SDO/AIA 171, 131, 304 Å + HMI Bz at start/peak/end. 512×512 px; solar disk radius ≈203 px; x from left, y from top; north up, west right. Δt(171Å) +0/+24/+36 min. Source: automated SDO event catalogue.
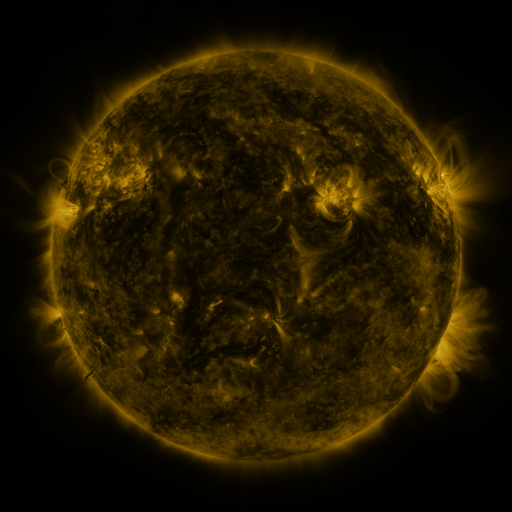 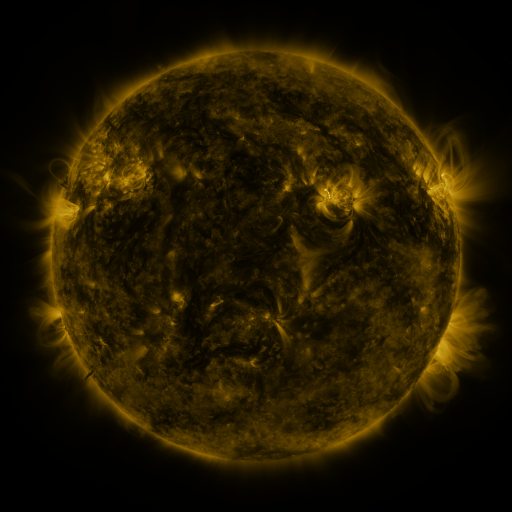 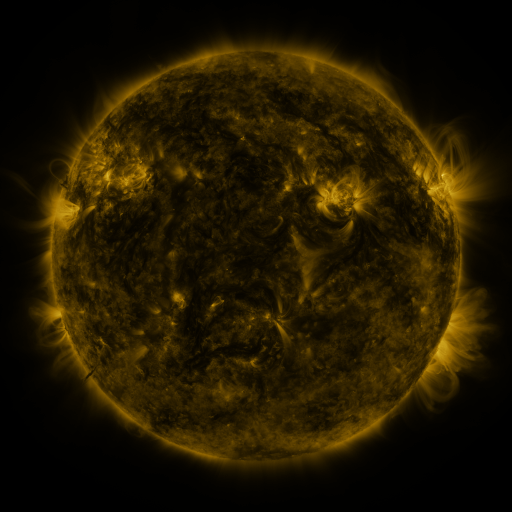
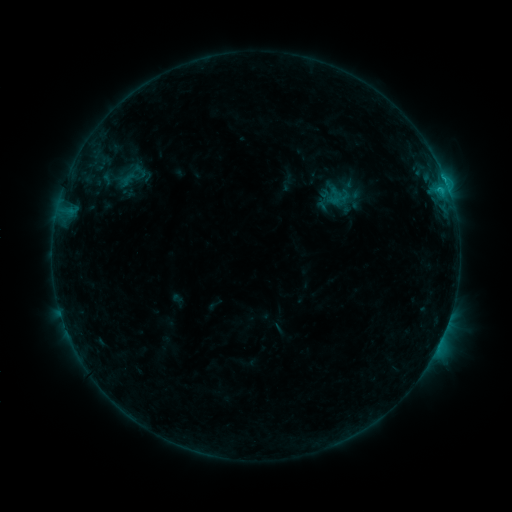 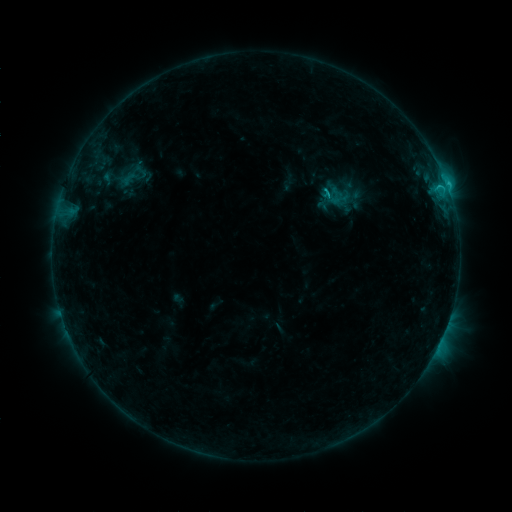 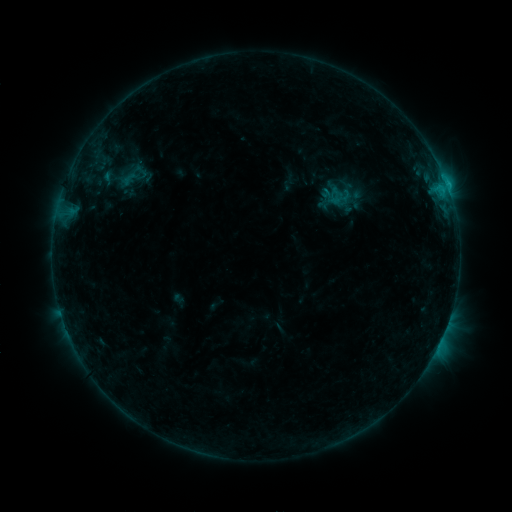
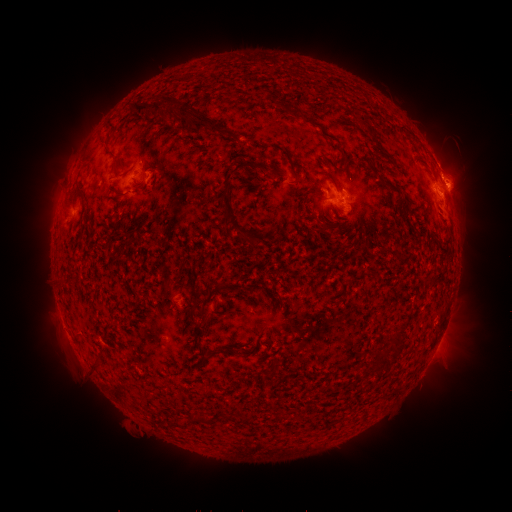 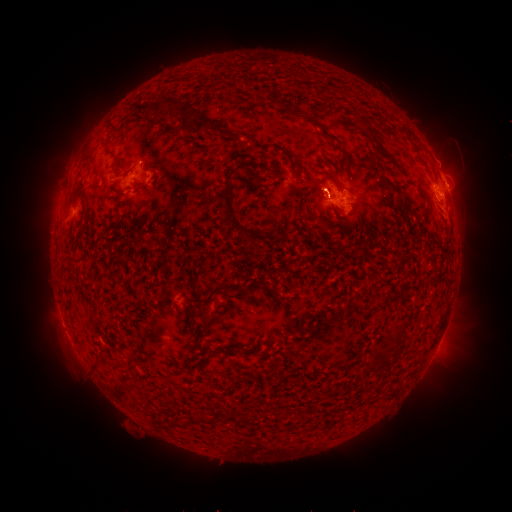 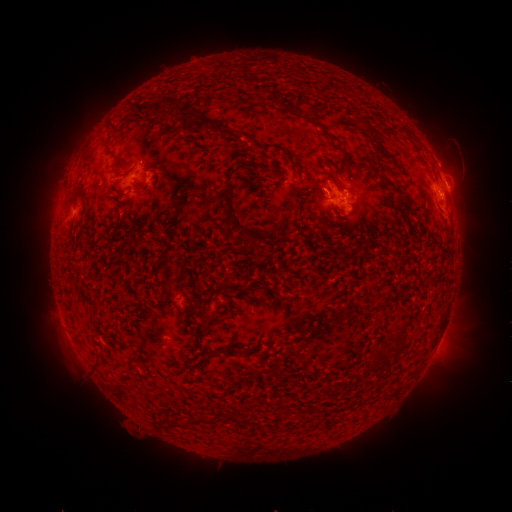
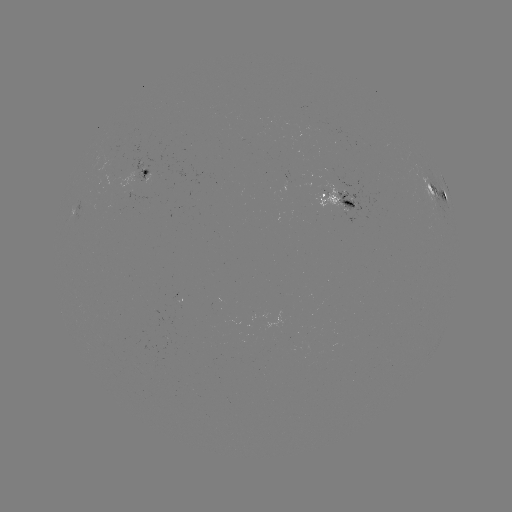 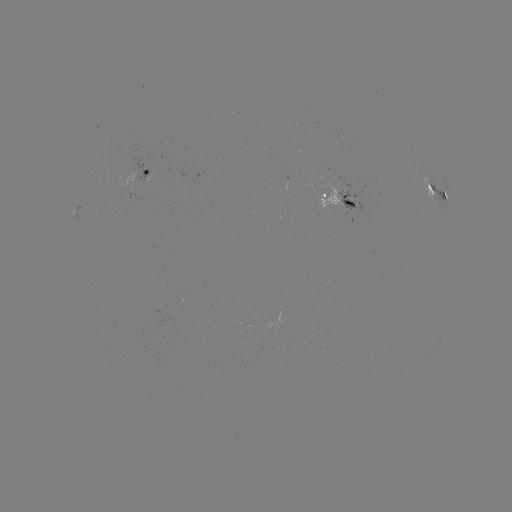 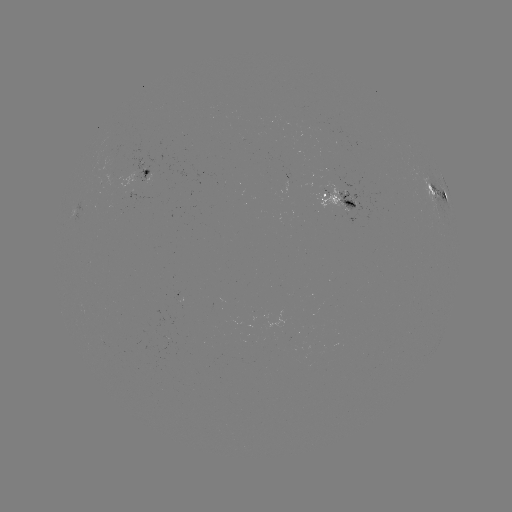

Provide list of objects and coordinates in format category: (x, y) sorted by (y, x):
C1.7 flare: (446, 186)
